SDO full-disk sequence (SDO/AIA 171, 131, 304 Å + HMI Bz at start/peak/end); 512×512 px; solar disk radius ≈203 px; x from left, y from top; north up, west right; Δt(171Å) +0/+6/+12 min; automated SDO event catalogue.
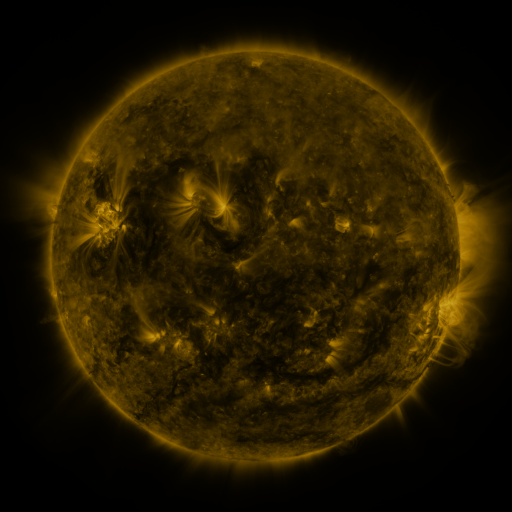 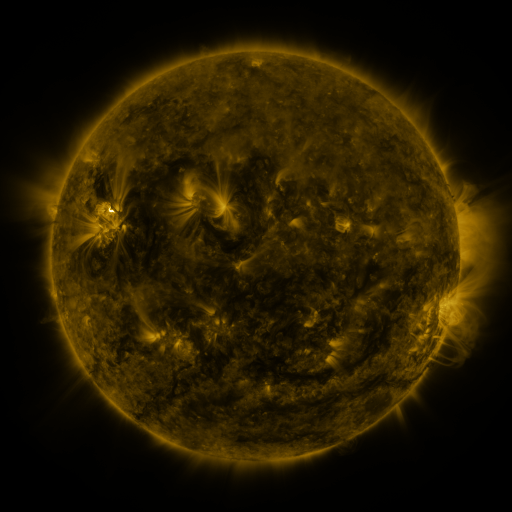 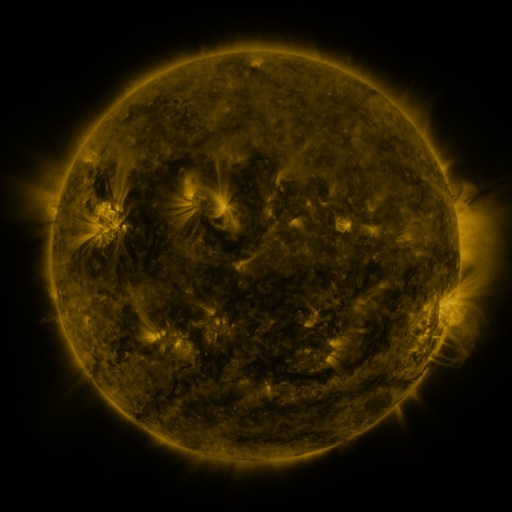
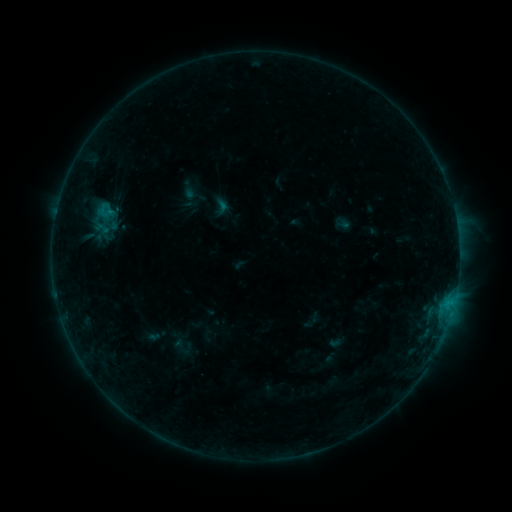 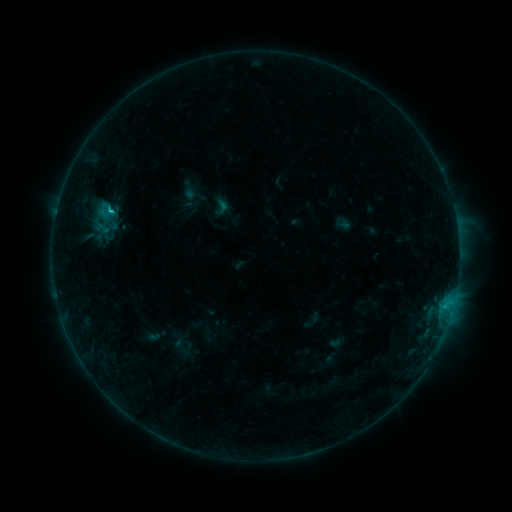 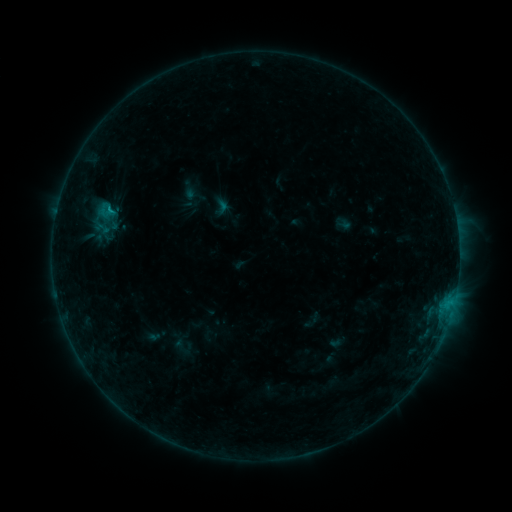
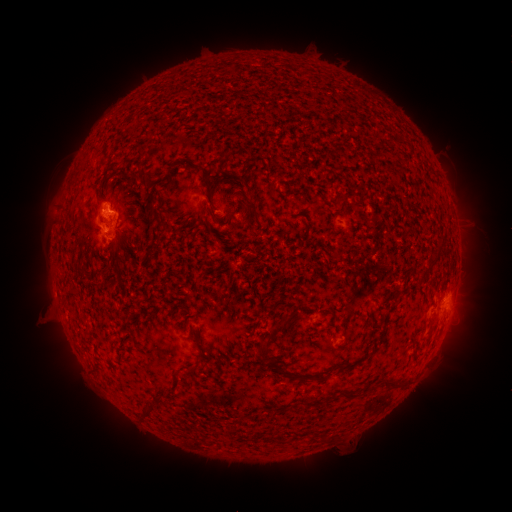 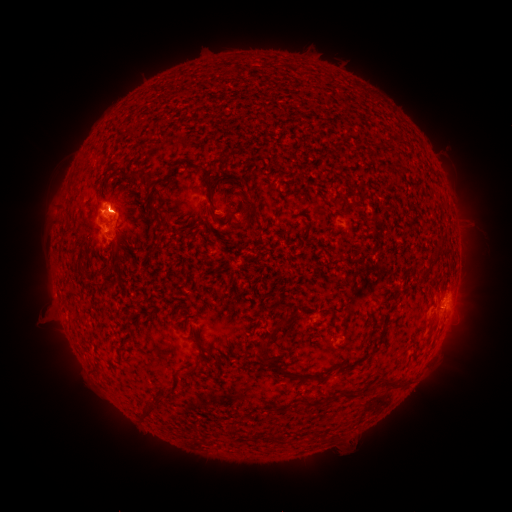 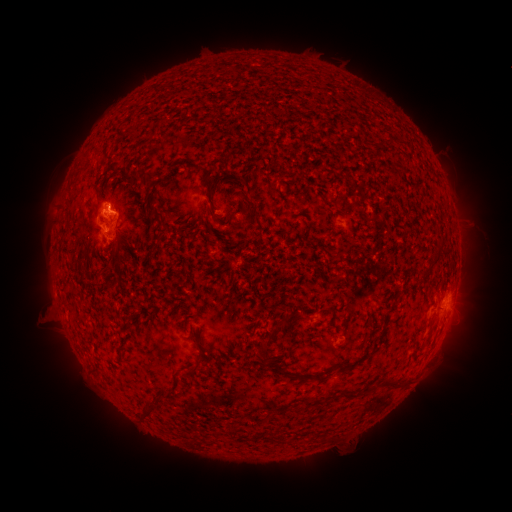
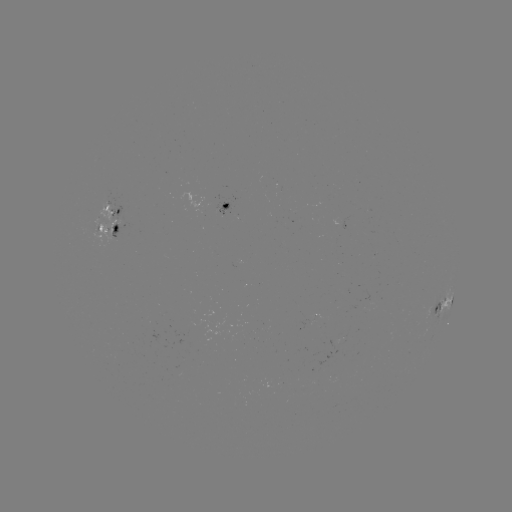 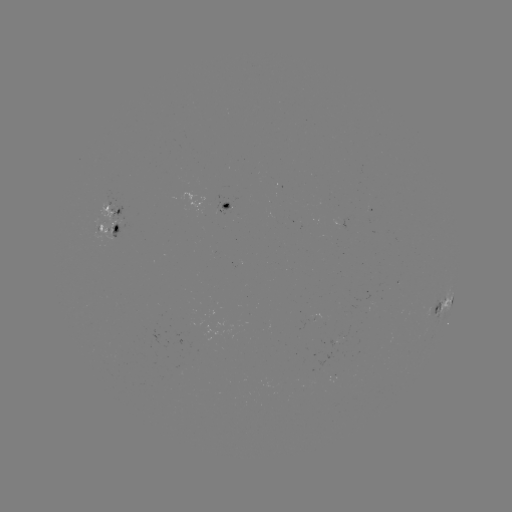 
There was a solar flare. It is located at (113, 212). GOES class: B8.7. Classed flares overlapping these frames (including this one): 1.